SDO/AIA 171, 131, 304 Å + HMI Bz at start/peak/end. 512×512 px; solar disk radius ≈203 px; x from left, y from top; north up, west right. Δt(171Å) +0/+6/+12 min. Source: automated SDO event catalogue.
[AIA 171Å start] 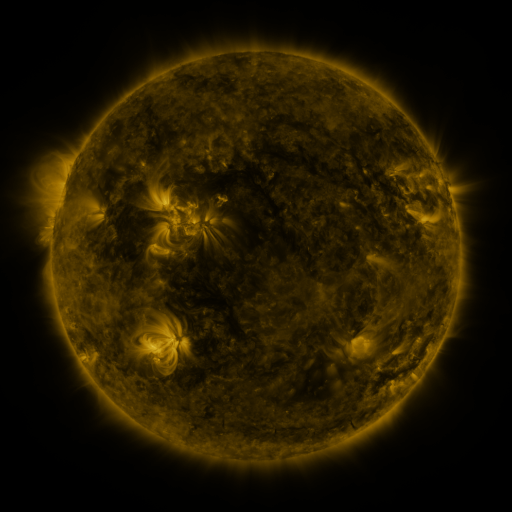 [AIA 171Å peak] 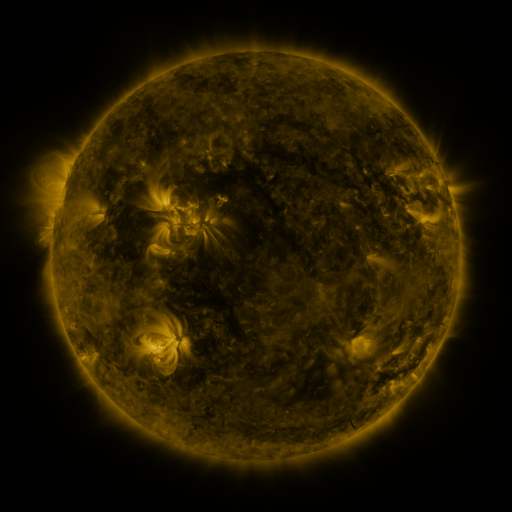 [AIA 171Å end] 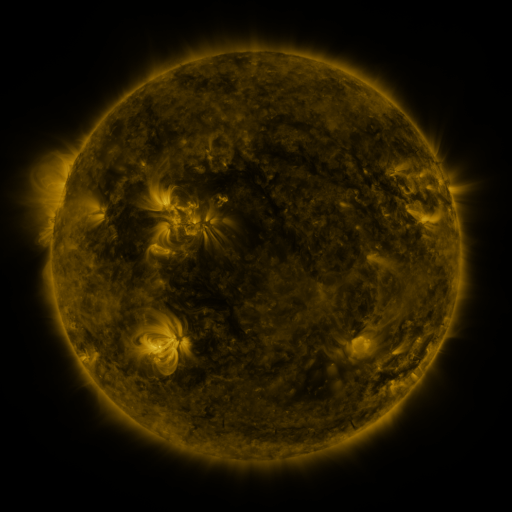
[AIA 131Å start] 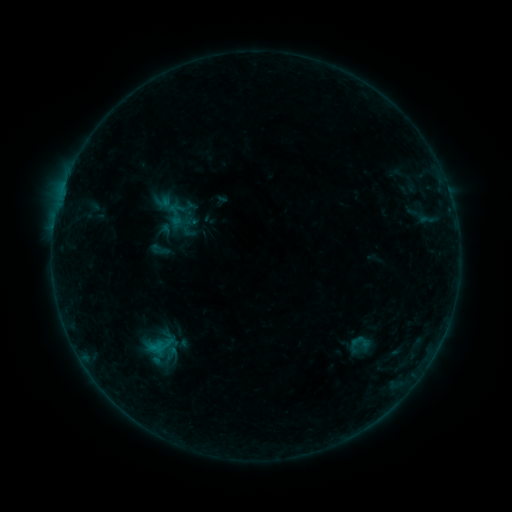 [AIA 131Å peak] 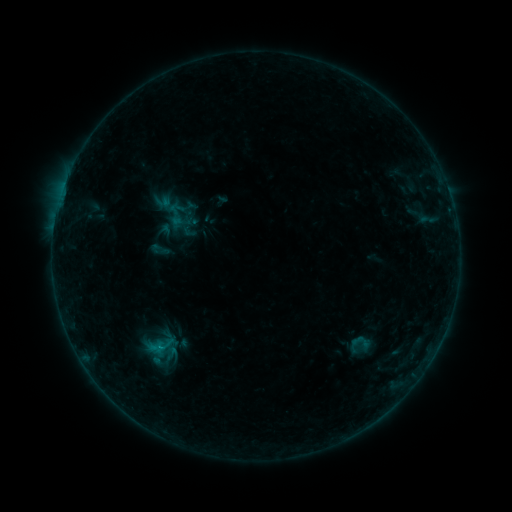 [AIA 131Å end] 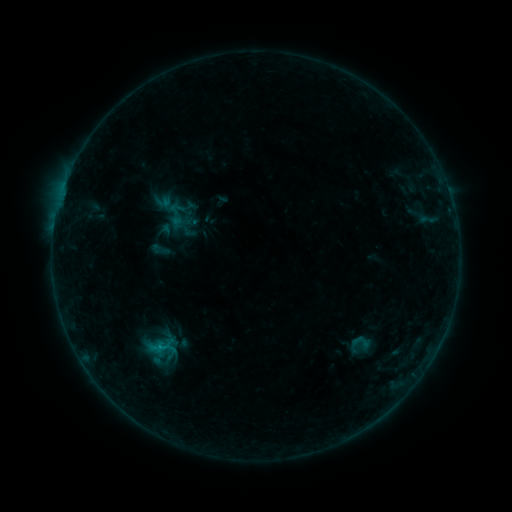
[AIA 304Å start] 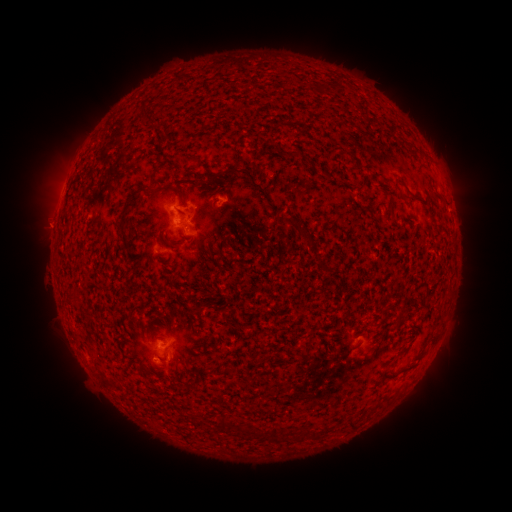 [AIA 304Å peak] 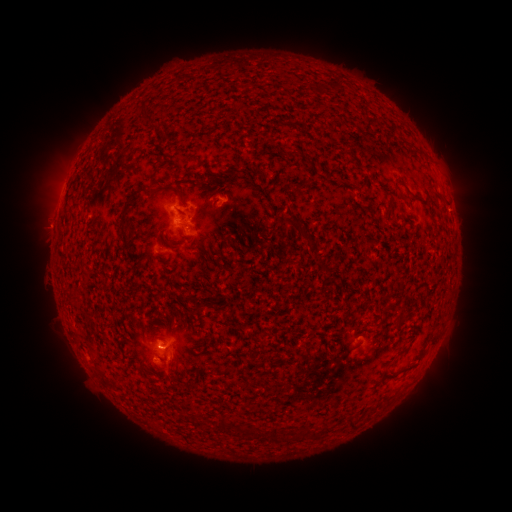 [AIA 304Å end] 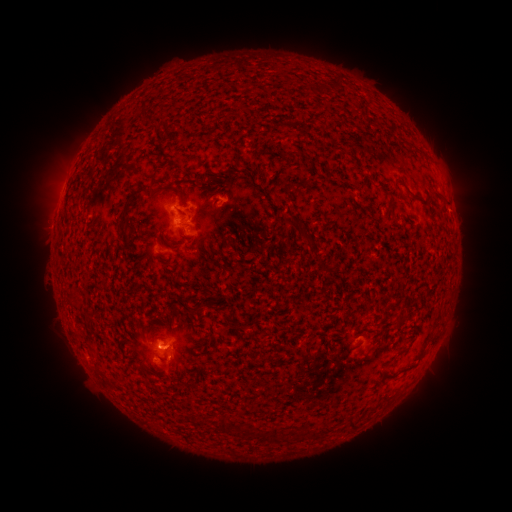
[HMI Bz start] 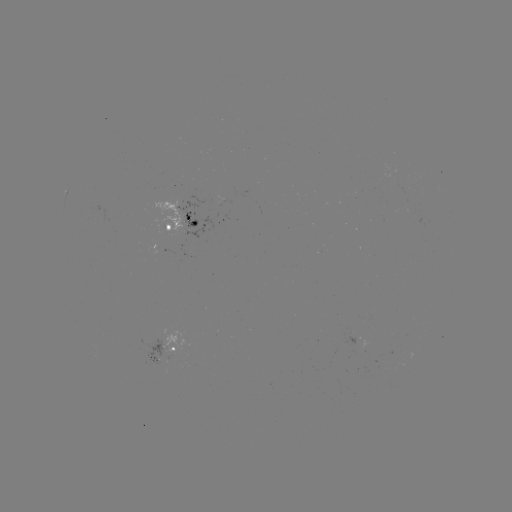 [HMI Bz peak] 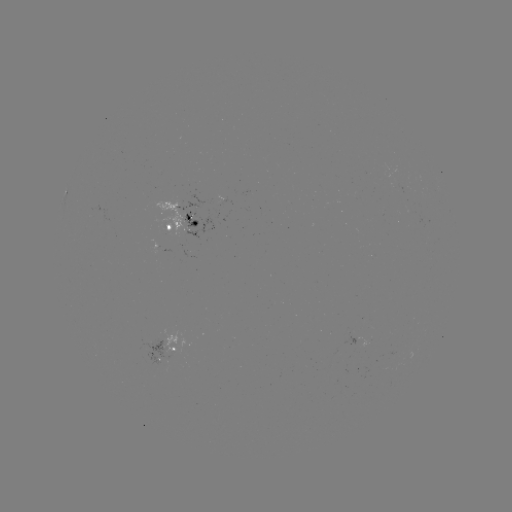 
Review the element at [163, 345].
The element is B5.5 flare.